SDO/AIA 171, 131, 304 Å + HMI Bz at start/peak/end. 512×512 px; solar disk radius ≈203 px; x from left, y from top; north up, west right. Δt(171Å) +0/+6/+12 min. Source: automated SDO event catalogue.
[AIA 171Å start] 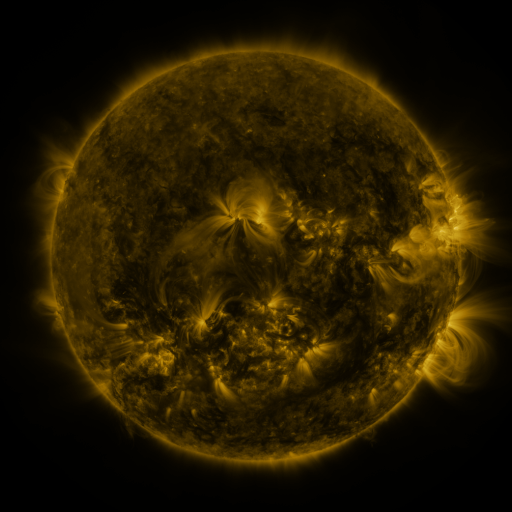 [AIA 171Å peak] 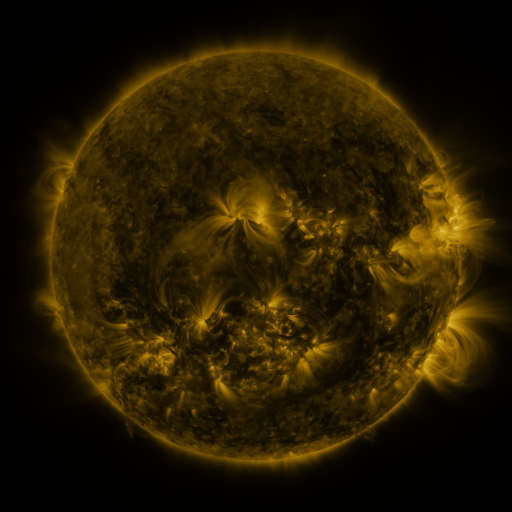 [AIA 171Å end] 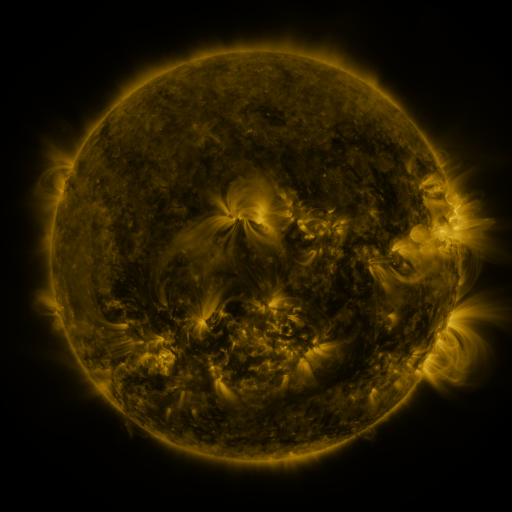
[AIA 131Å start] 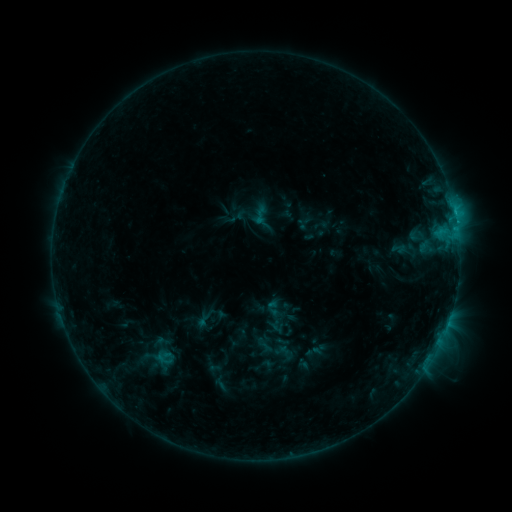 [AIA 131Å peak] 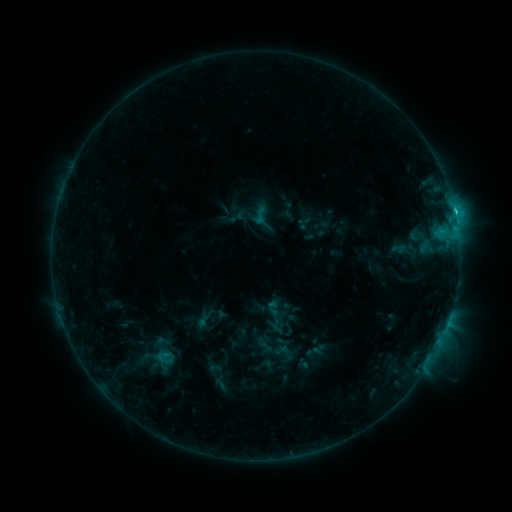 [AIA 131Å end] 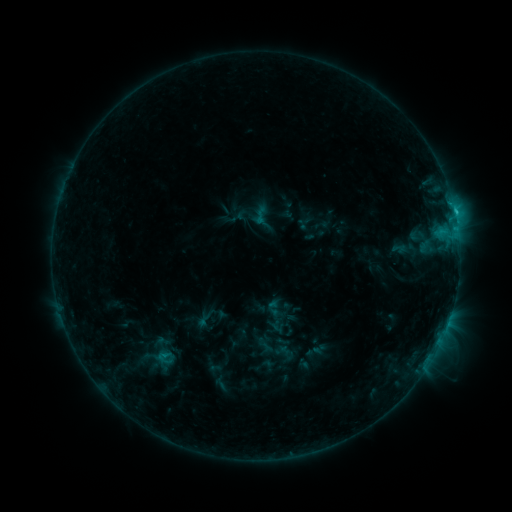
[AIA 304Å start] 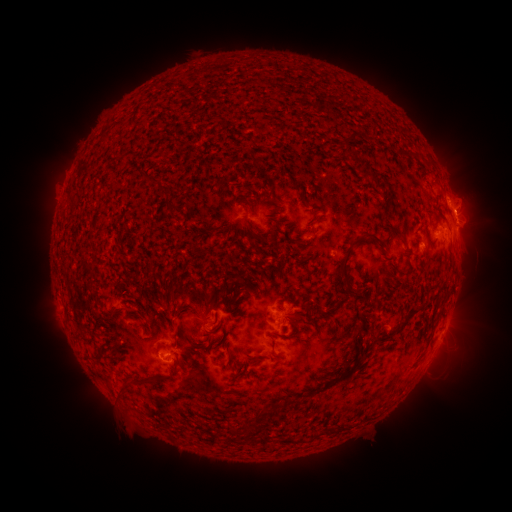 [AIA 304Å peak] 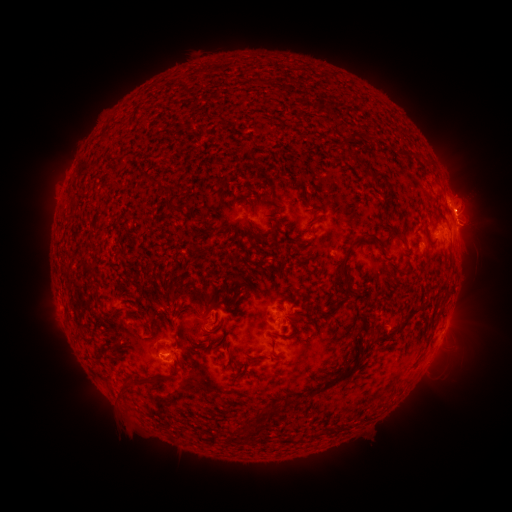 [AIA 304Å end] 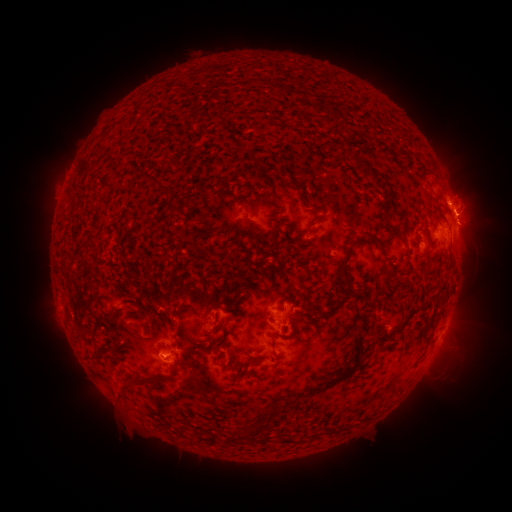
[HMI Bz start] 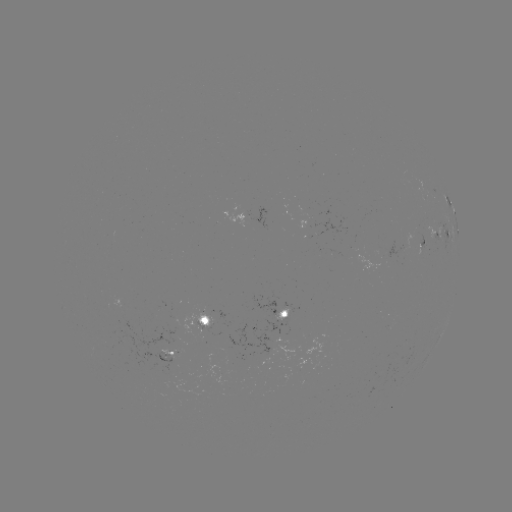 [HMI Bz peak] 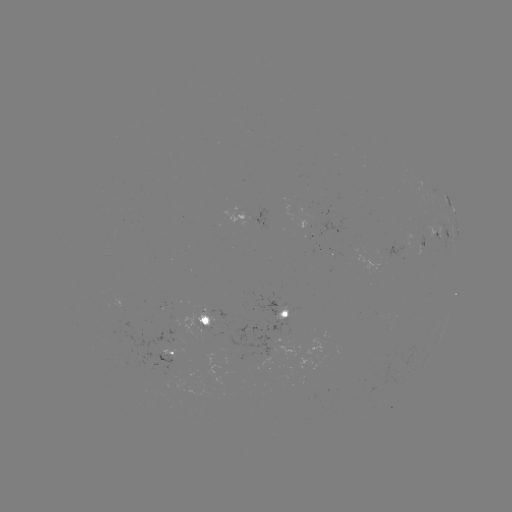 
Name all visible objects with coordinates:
C1.7 flare: (454, 214)
